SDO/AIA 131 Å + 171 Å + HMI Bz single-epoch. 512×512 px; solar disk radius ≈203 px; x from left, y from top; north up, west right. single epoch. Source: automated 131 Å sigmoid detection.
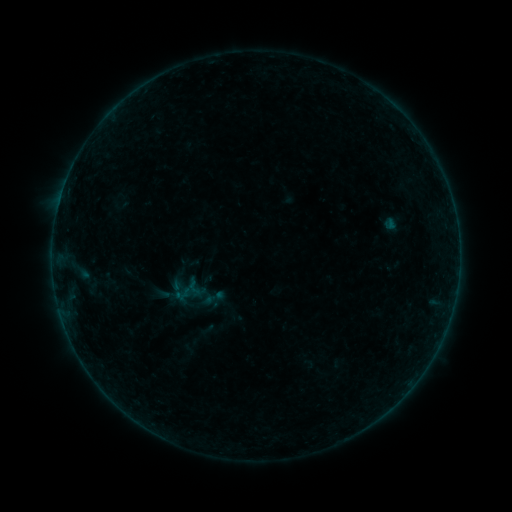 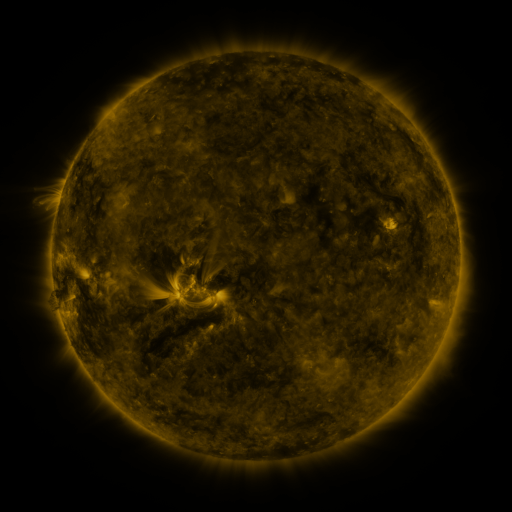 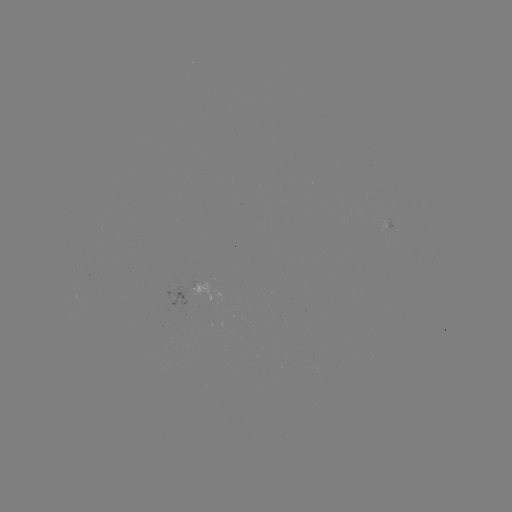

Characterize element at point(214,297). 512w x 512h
sigmoid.